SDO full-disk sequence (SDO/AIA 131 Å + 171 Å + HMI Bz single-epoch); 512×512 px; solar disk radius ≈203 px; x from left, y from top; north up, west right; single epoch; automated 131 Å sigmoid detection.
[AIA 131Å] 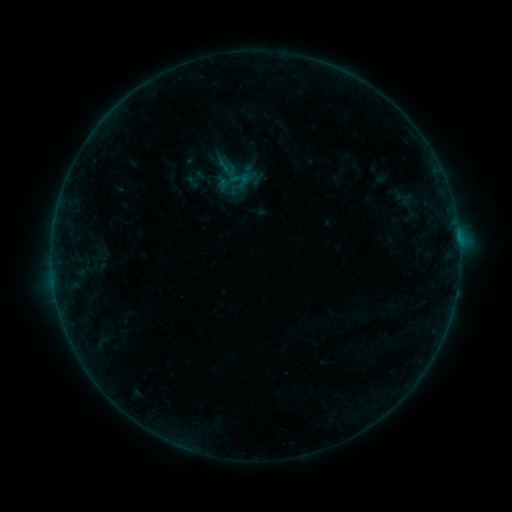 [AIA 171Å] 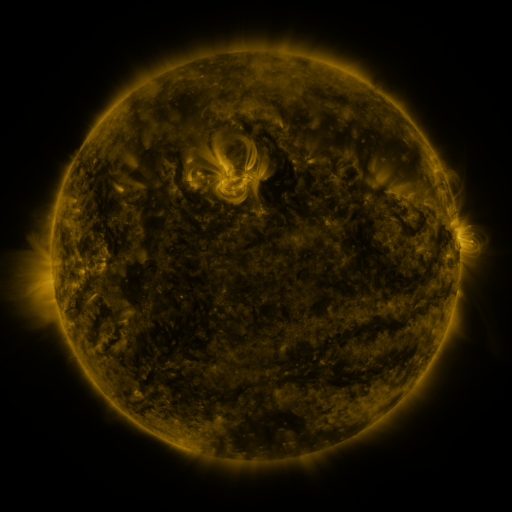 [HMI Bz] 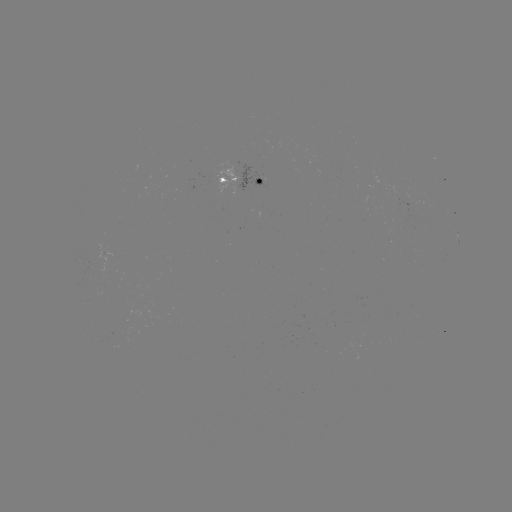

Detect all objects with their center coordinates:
sigmoid: (238, 175)
